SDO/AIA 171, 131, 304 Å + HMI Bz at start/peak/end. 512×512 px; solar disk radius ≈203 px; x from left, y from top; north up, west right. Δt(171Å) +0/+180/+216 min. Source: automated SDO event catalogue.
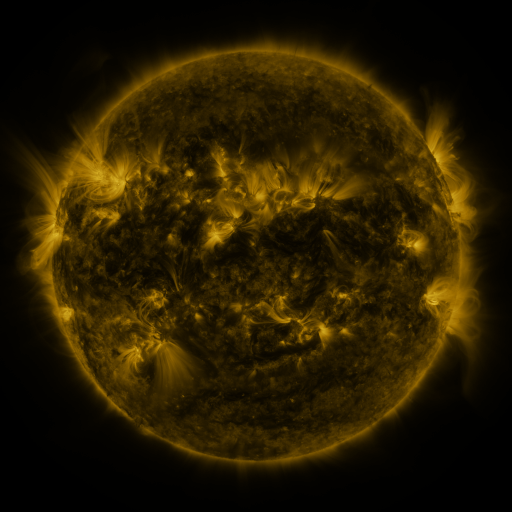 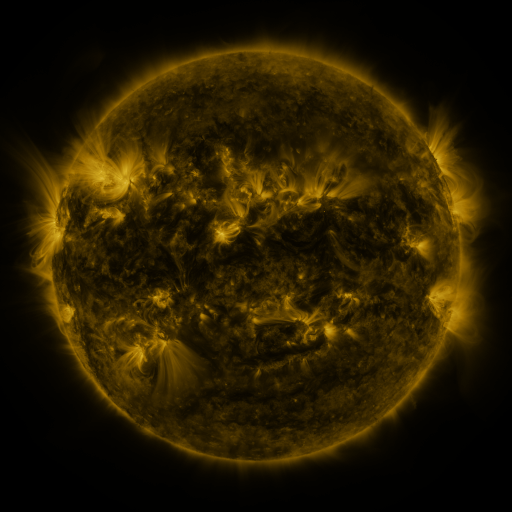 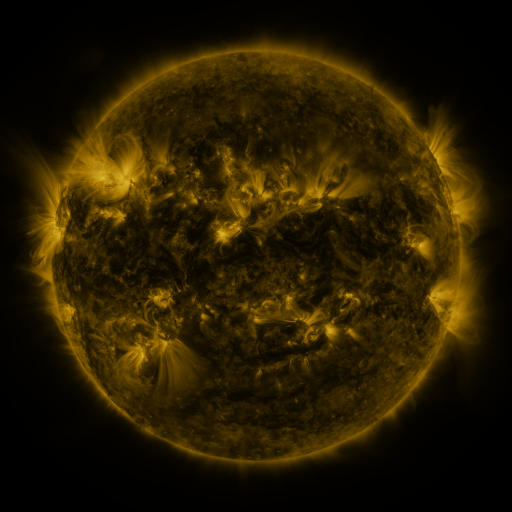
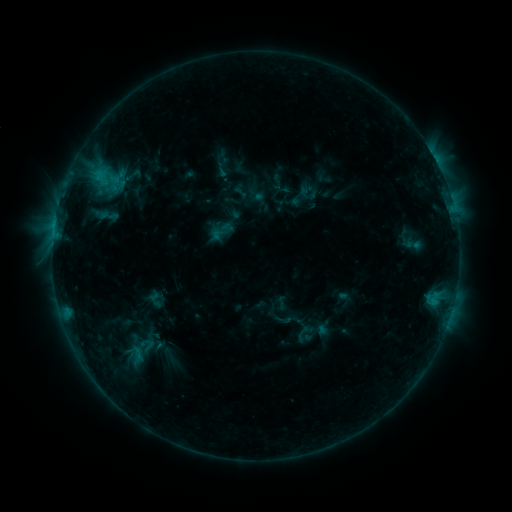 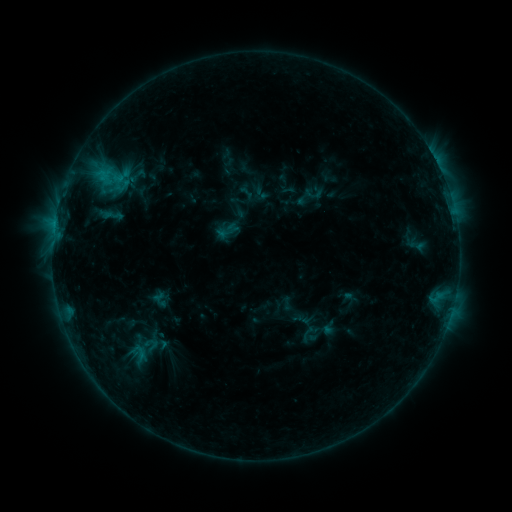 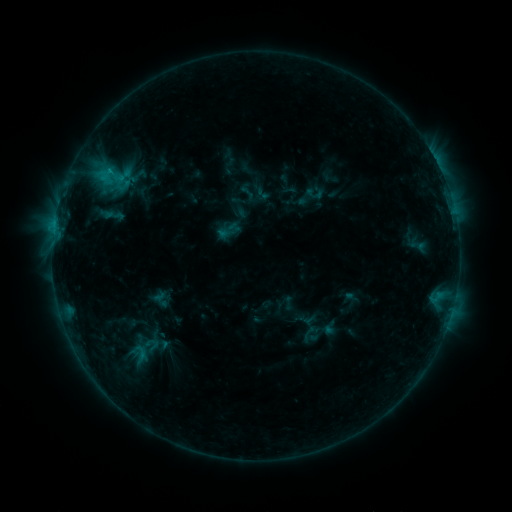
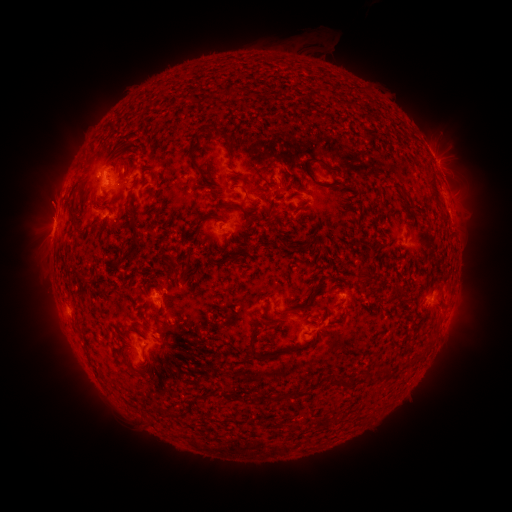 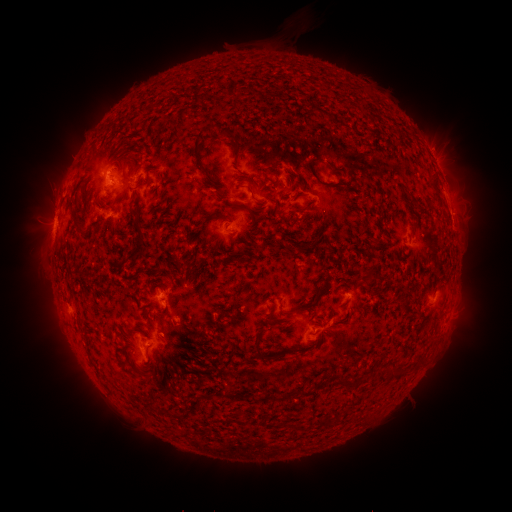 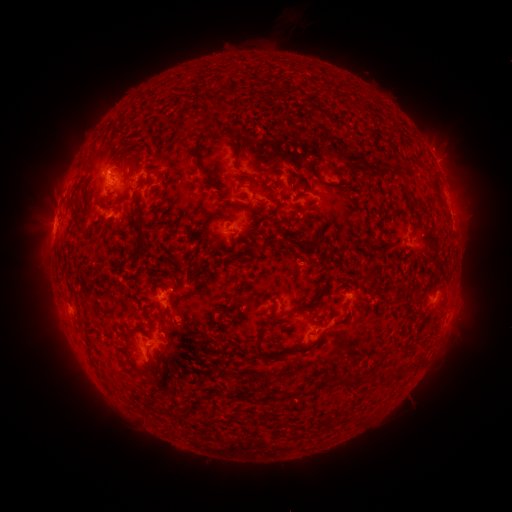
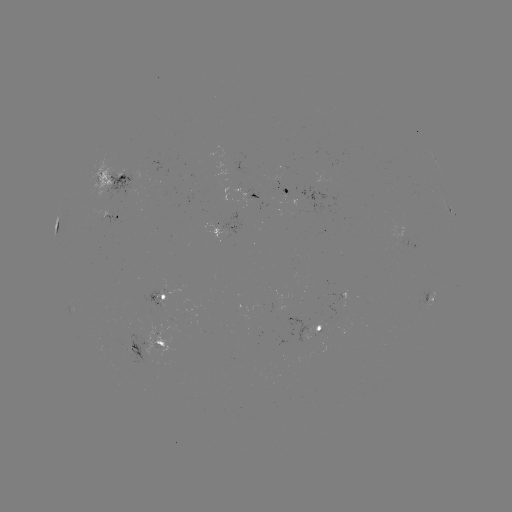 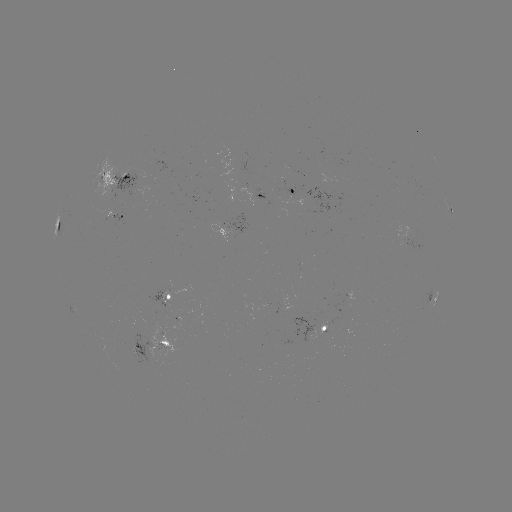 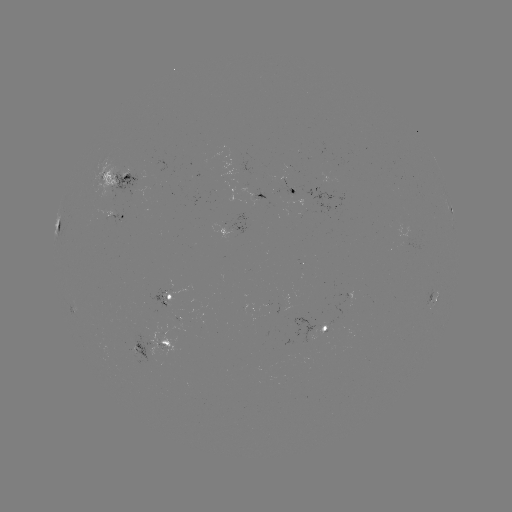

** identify emerging-flux region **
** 173,316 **